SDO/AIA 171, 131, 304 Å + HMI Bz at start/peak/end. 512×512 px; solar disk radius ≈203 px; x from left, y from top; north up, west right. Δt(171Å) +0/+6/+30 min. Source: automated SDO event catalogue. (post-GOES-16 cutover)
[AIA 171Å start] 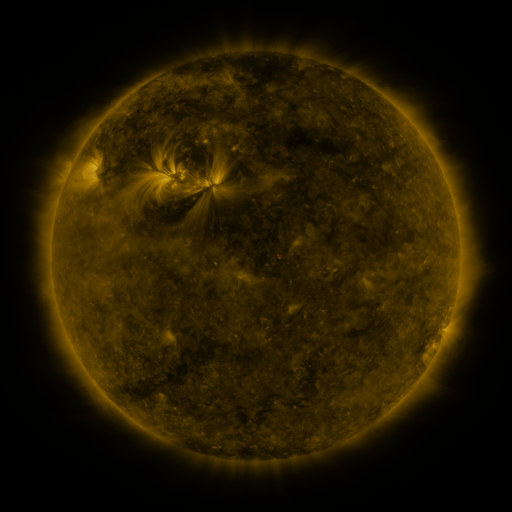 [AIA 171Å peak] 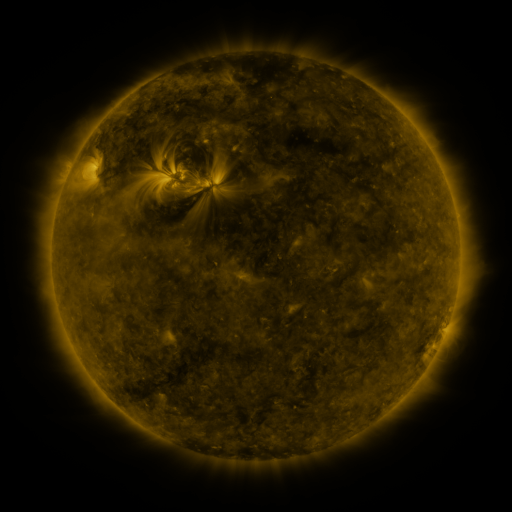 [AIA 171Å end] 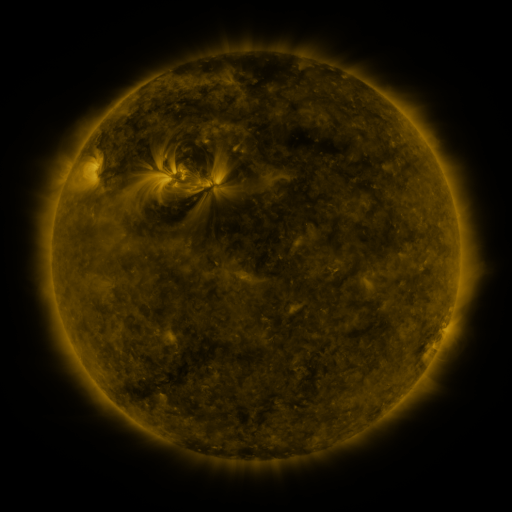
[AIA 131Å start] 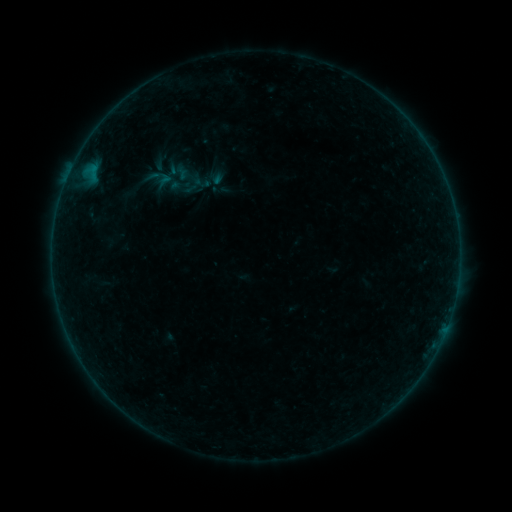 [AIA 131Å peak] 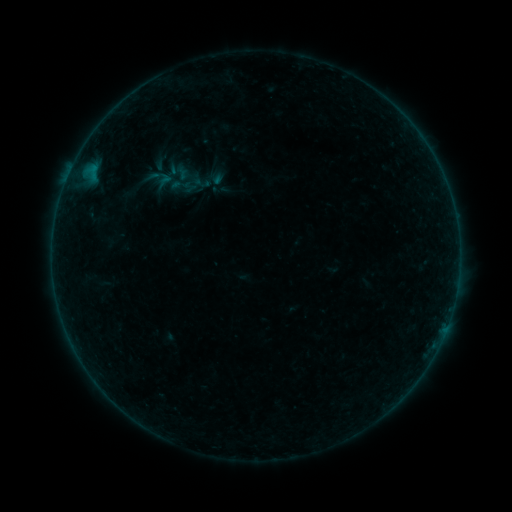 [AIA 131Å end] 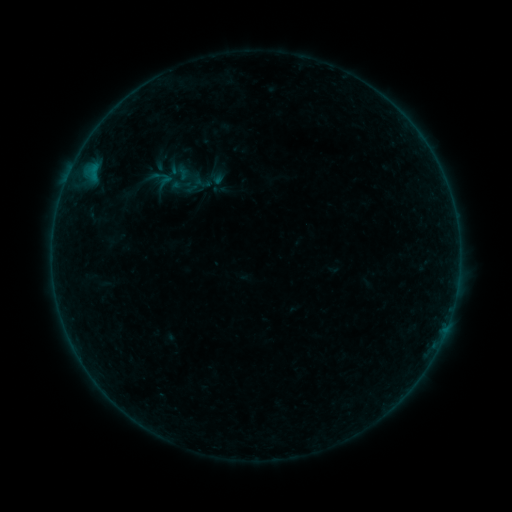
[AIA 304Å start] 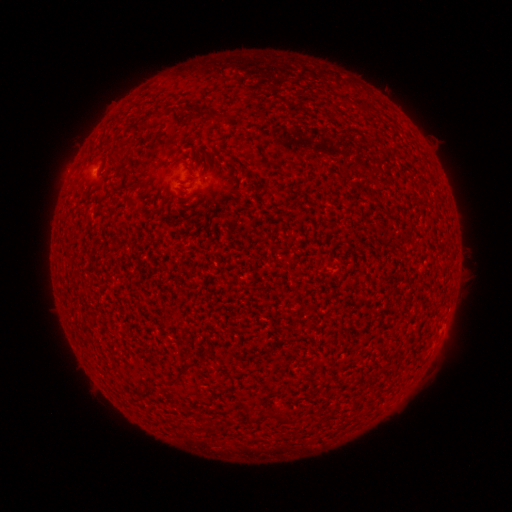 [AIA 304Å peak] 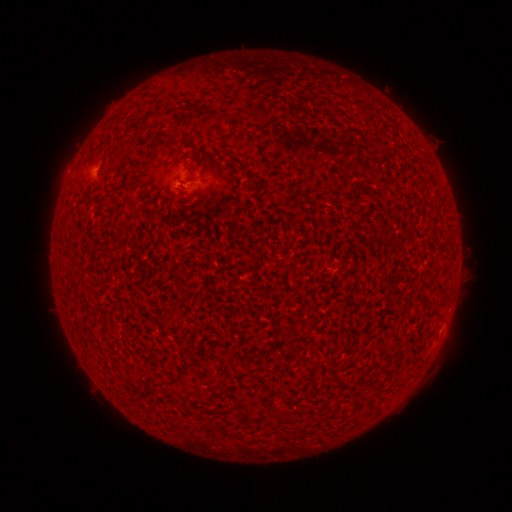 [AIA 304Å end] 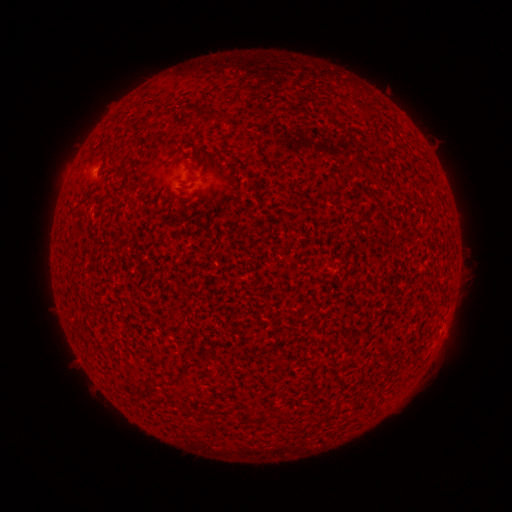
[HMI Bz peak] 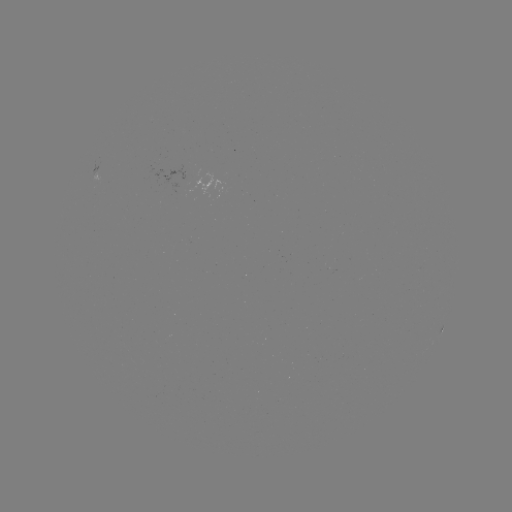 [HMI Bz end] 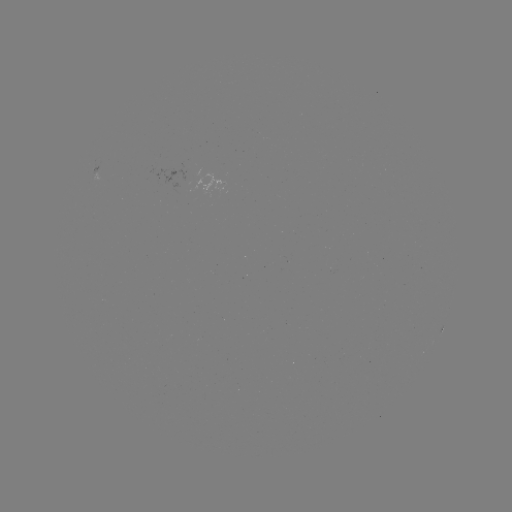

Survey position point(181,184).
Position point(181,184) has A5.3 flare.